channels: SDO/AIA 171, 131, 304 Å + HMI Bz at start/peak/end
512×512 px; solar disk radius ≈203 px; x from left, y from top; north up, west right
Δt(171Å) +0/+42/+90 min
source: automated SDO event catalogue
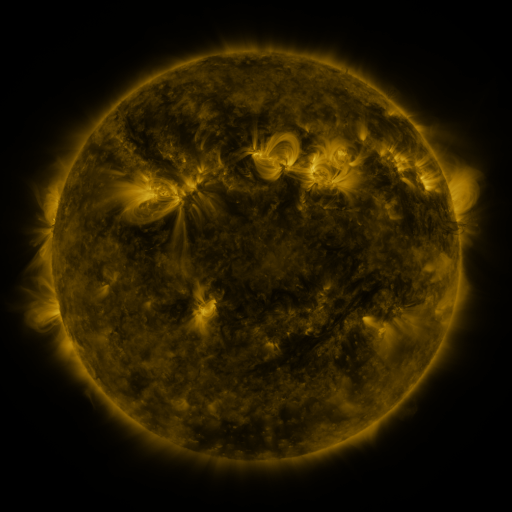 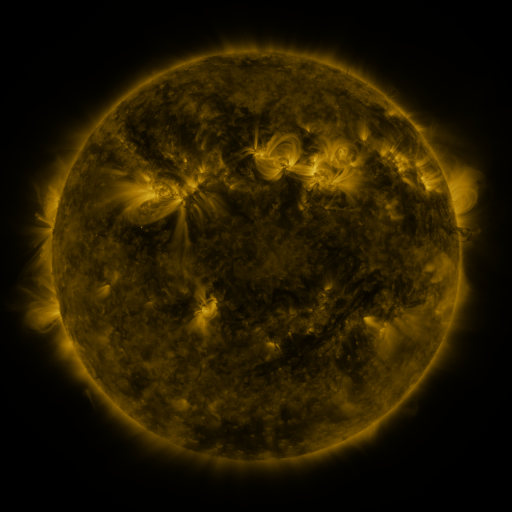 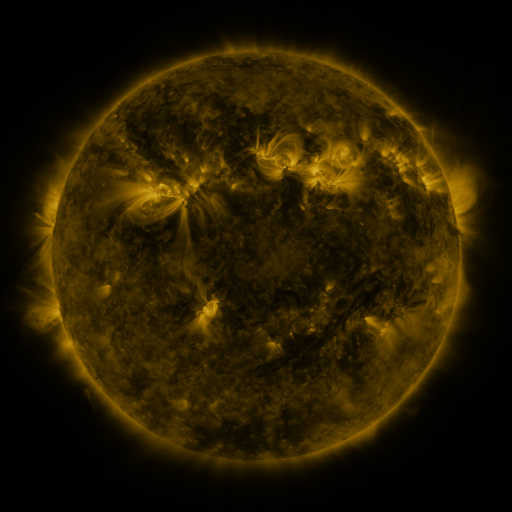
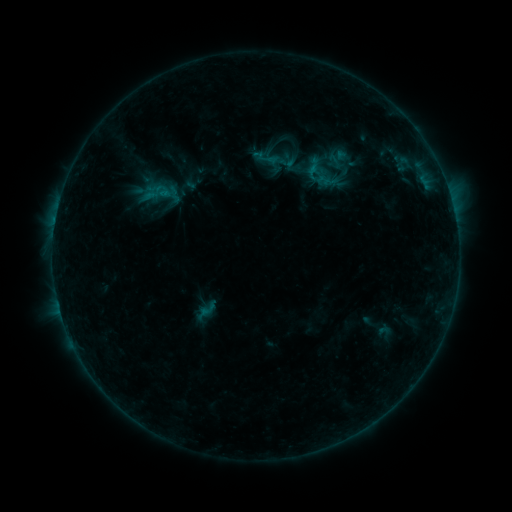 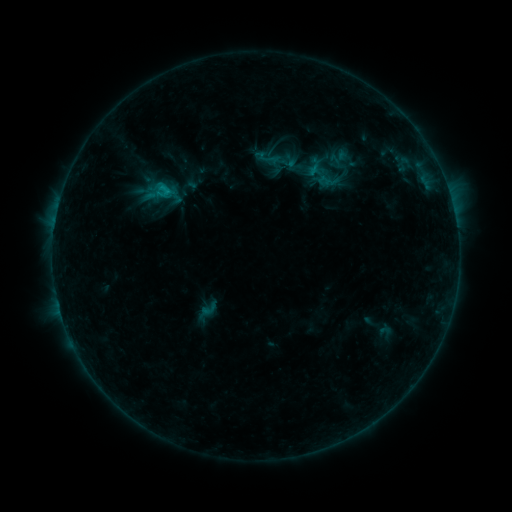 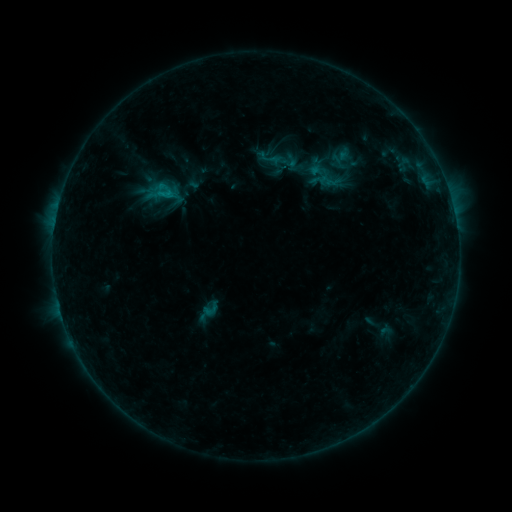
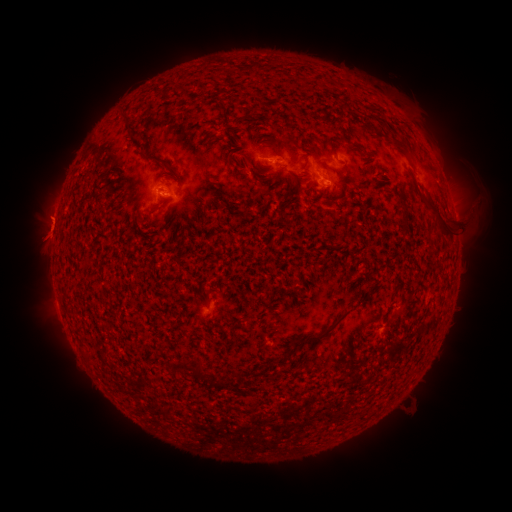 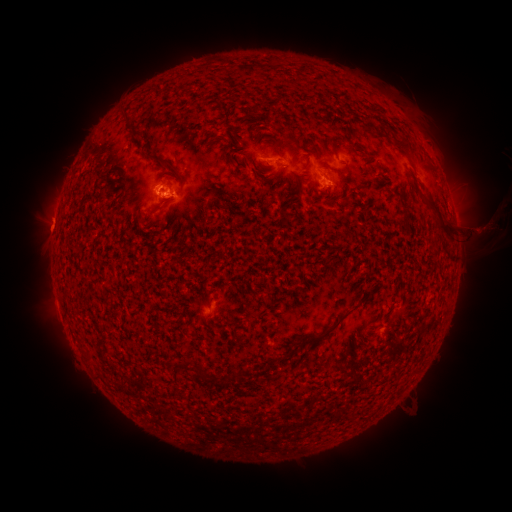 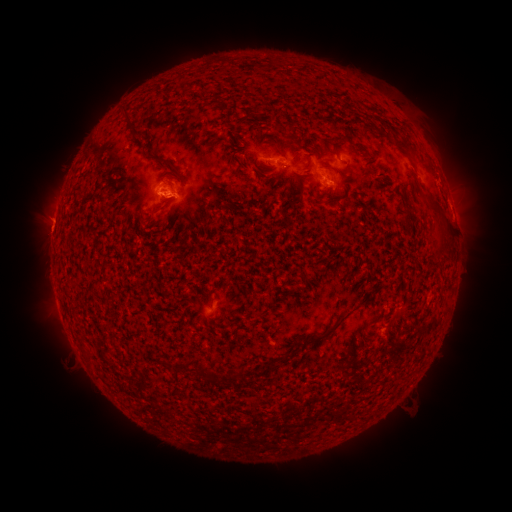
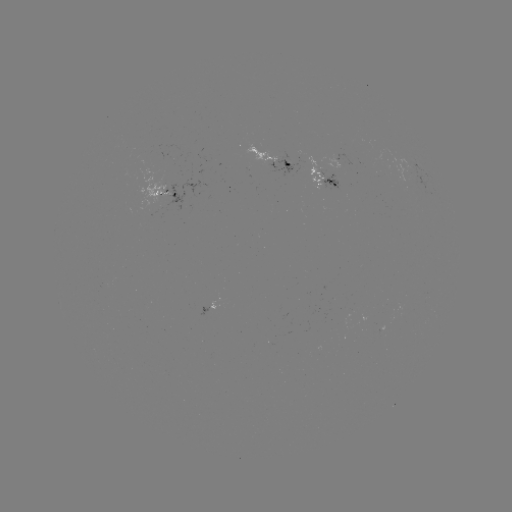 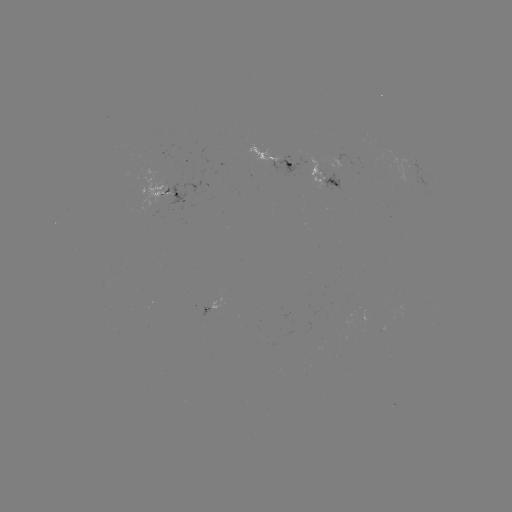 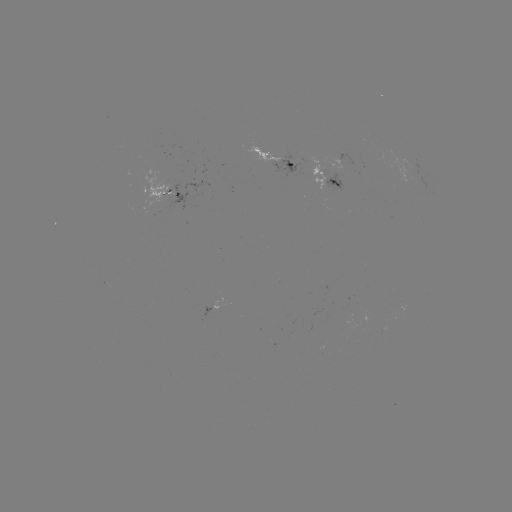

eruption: [442, 180, 511, 285]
